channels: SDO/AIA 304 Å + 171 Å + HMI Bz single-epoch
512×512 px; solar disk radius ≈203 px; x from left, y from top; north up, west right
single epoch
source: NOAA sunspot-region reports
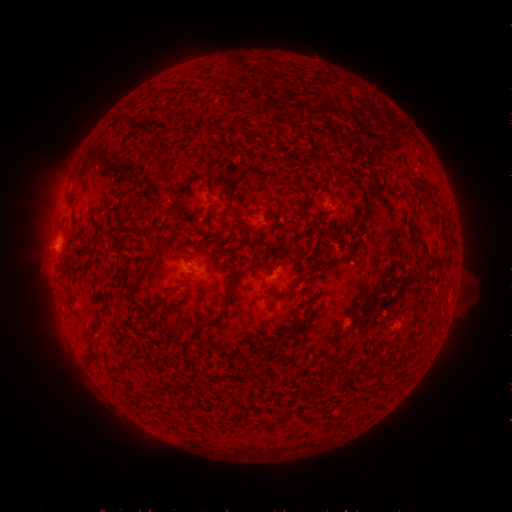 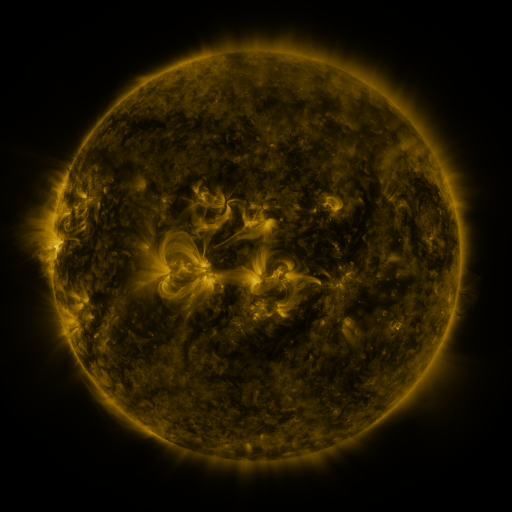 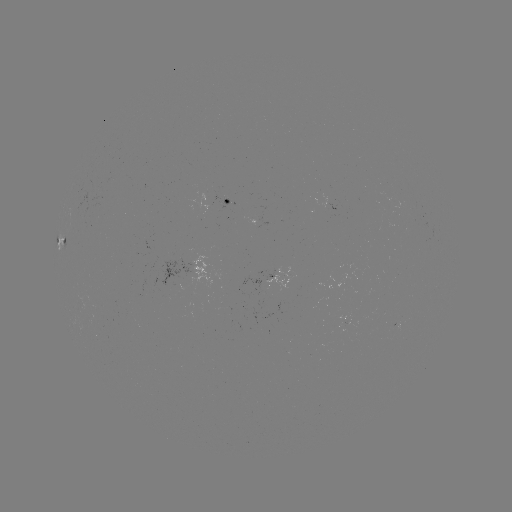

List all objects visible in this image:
spotted active region: (238, 201)
spotted active region: (60, 238)
spotted active region: (284, 275)
